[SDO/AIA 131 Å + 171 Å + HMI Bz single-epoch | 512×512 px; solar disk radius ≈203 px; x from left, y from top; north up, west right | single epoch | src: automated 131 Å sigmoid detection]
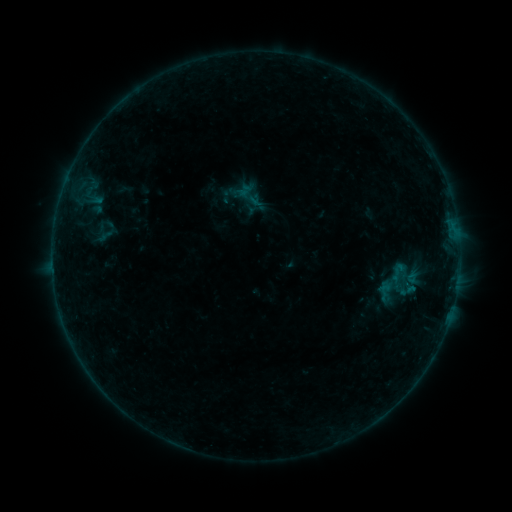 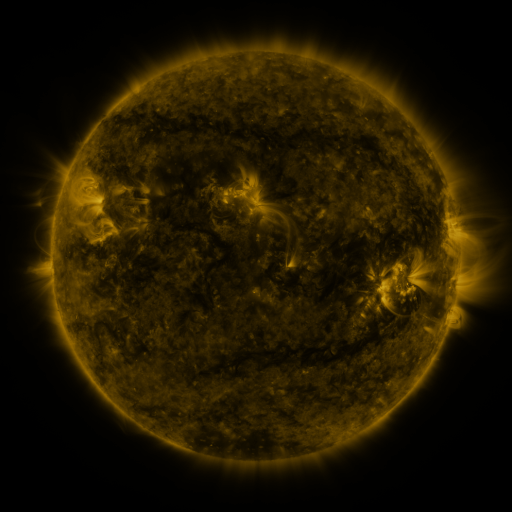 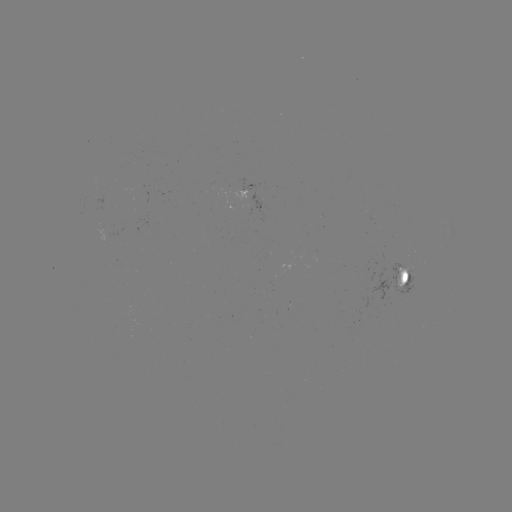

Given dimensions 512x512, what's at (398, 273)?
sigmoid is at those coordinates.